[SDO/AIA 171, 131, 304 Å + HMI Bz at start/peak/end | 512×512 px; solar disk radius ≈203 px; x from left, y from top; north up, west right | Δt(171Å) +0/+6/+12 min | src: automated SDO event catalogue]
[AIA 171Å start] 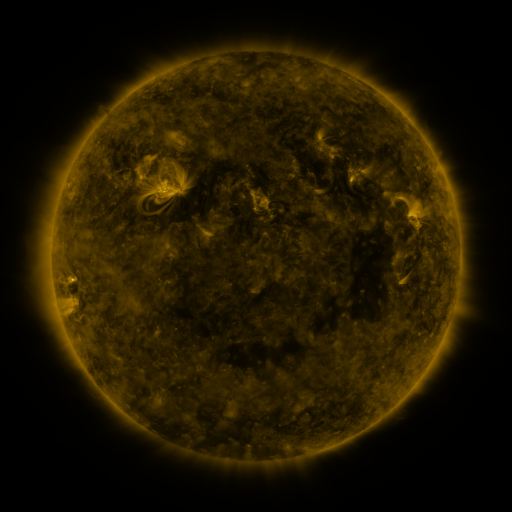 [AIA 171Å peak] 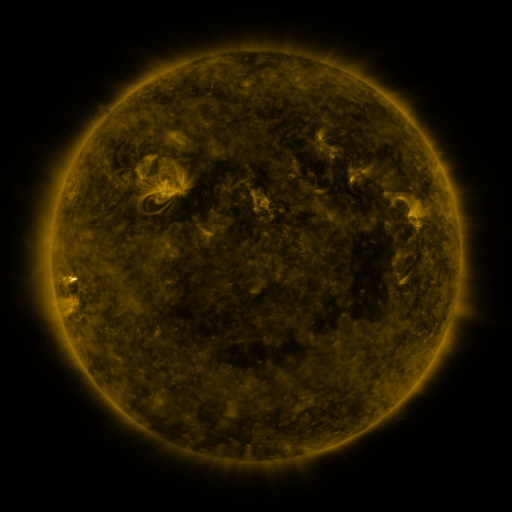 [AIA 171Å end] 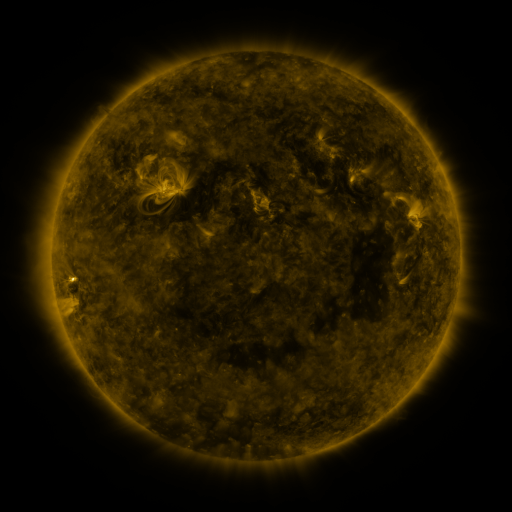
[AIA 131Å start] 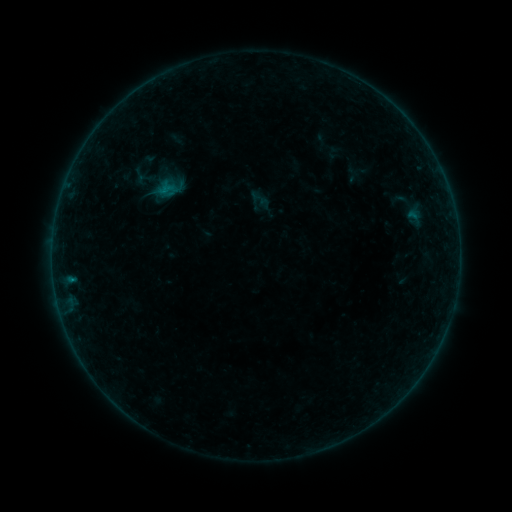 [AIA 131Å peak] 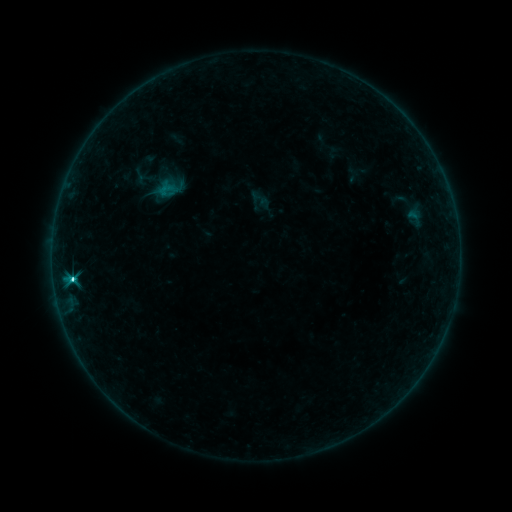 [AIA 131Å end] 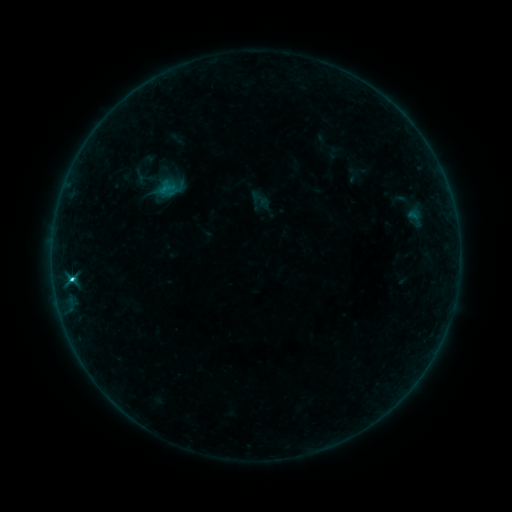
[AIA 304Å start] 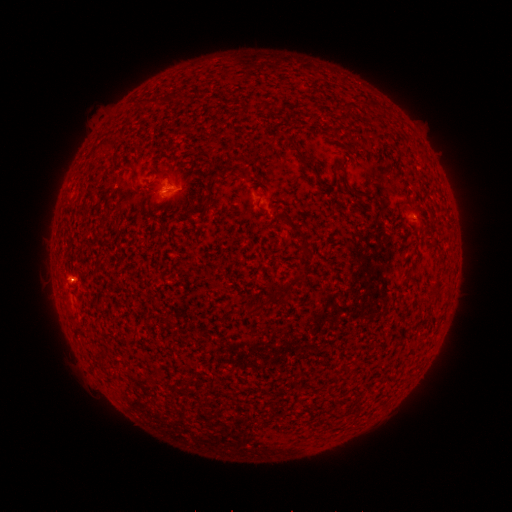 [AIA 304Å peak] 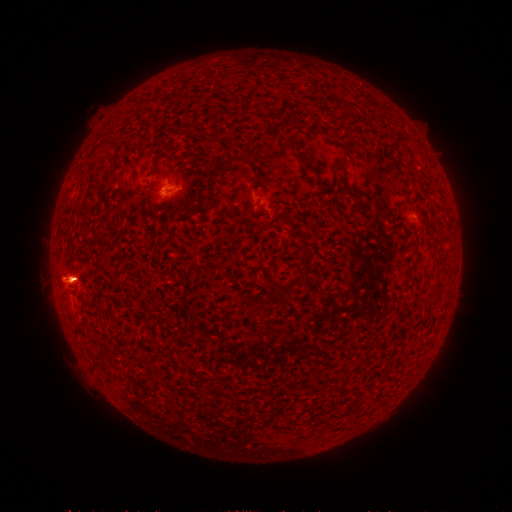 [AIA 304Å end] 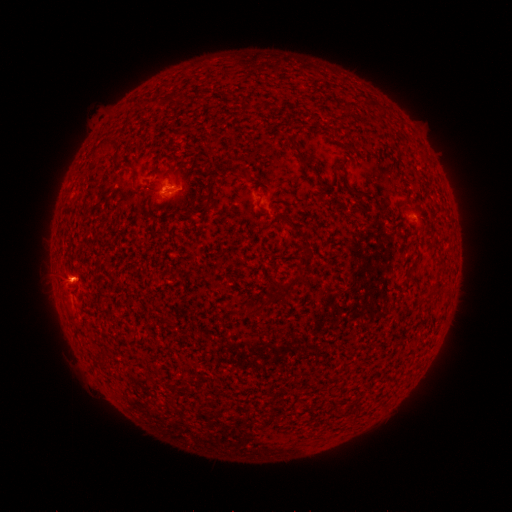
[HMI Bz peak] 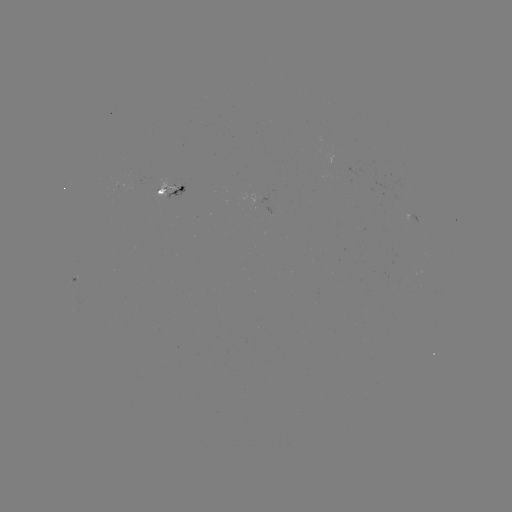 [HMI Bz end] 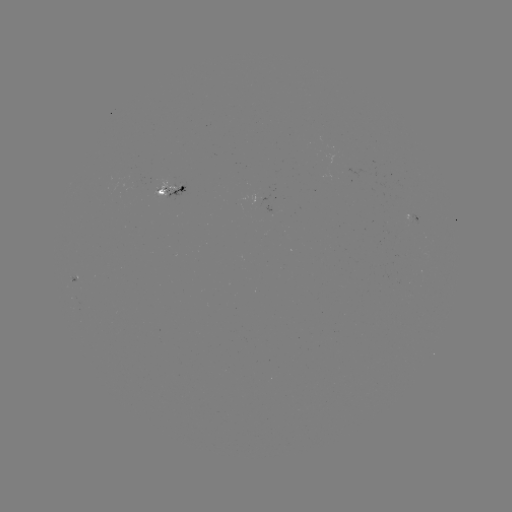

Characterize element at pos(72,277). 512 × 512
C3.2 flare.